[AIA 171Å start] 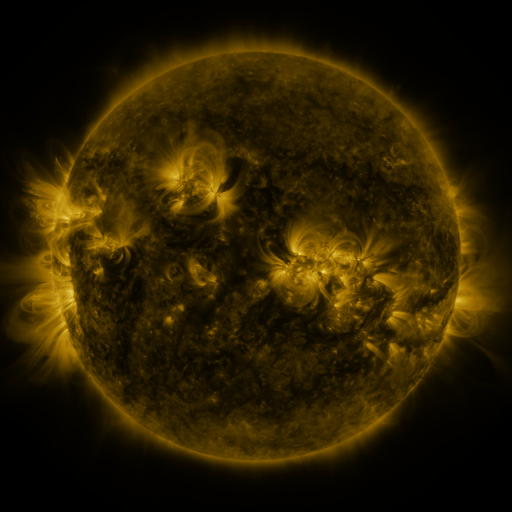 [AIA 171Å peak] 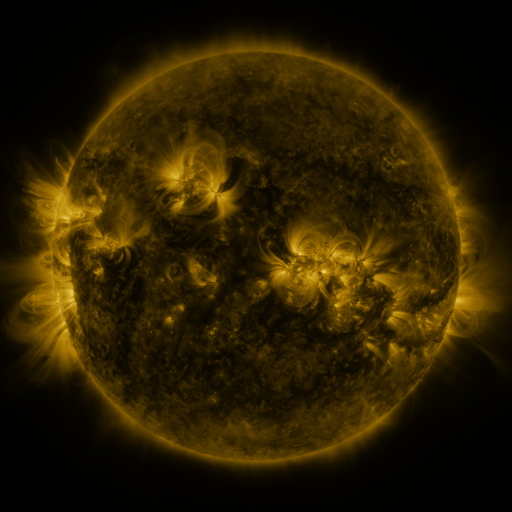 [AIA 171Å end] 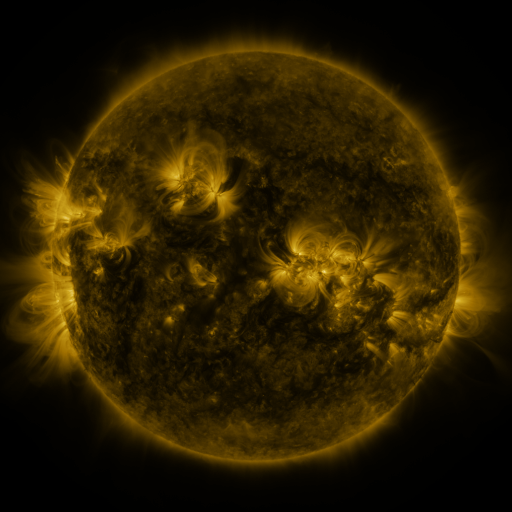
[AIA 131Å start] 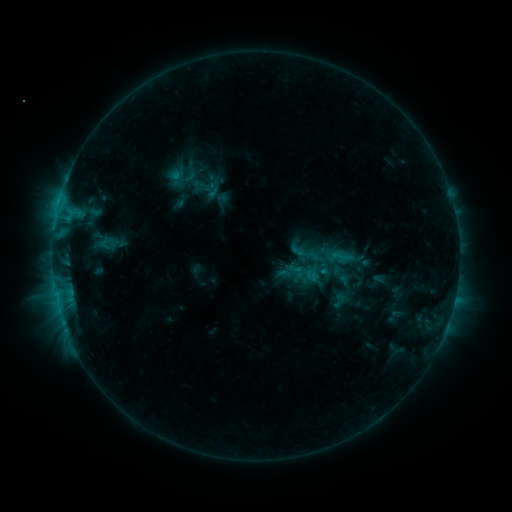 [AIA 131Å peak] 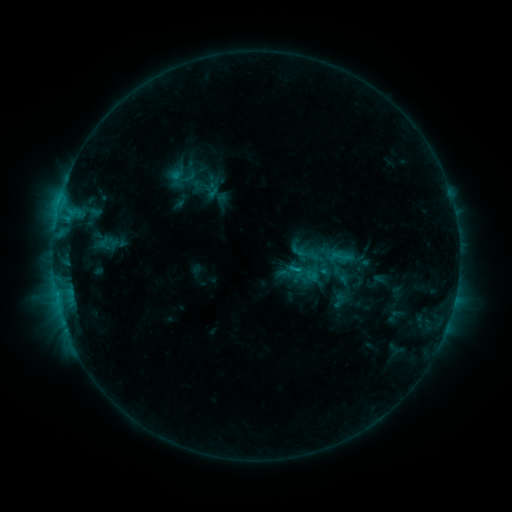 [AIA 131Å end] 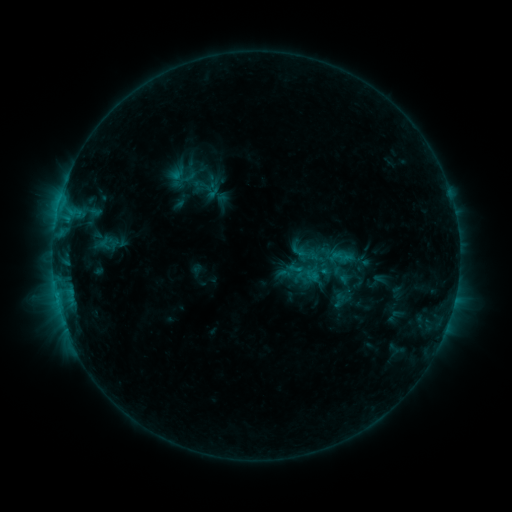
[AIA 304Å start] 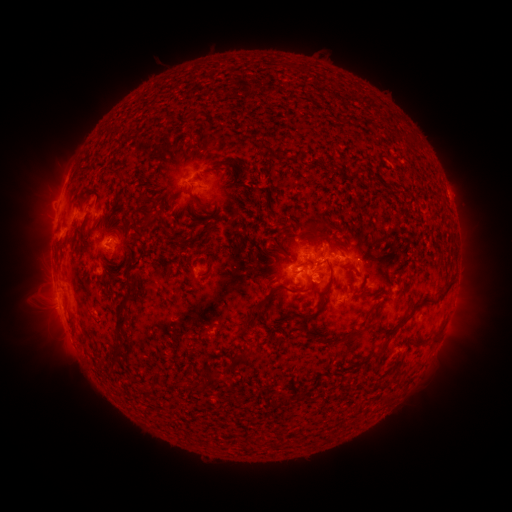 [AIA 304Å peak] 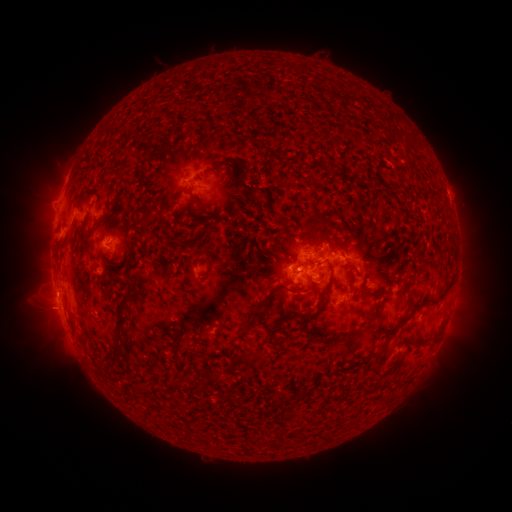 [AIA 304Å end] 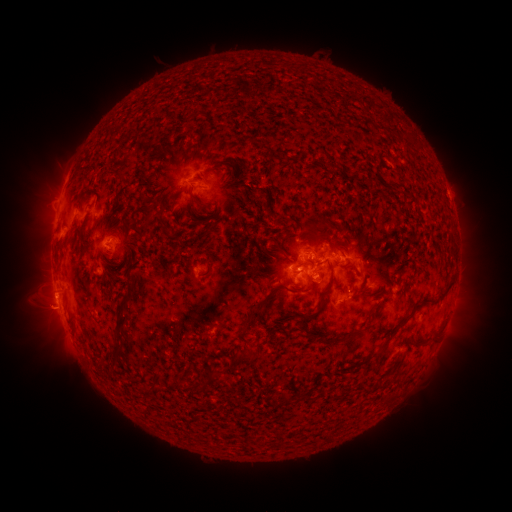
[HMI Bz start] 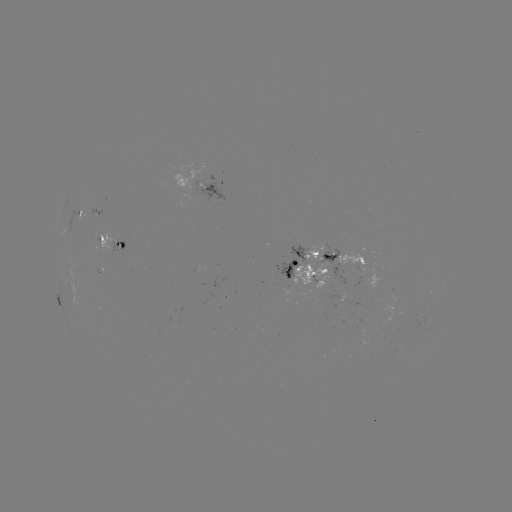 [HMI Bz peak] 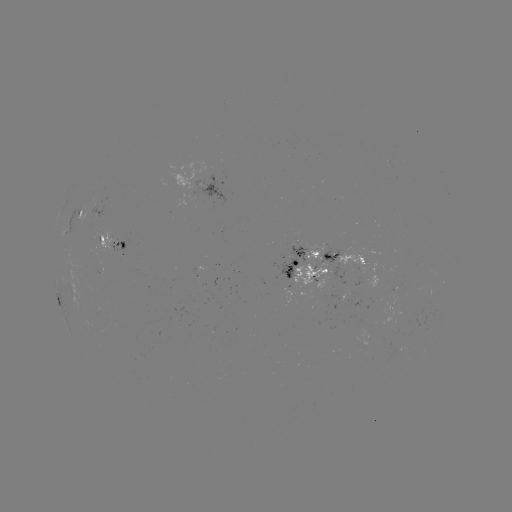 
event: eruption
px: (48, 297)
